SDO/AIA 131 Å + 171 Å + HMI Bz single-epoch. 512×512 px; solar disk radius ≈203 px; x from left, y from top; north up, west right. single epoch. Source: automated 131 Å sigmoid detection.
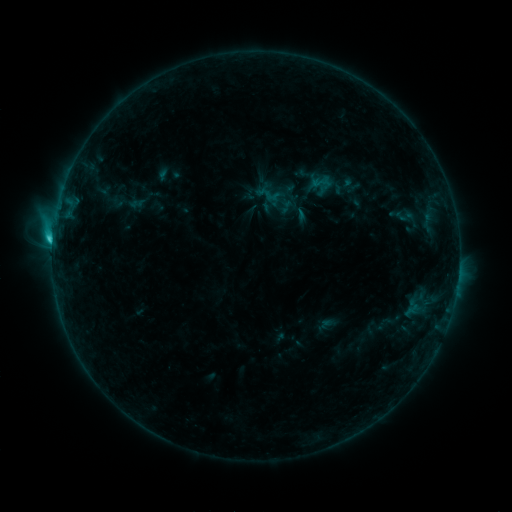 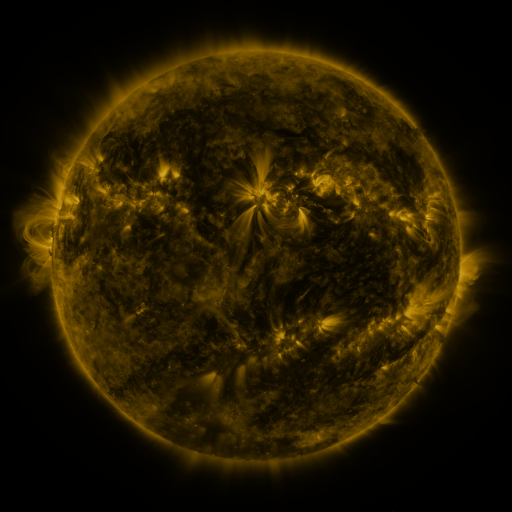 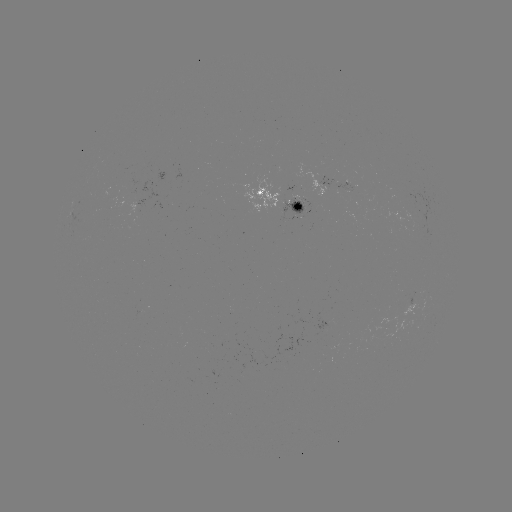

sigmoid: [256, 182, 281, 206]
